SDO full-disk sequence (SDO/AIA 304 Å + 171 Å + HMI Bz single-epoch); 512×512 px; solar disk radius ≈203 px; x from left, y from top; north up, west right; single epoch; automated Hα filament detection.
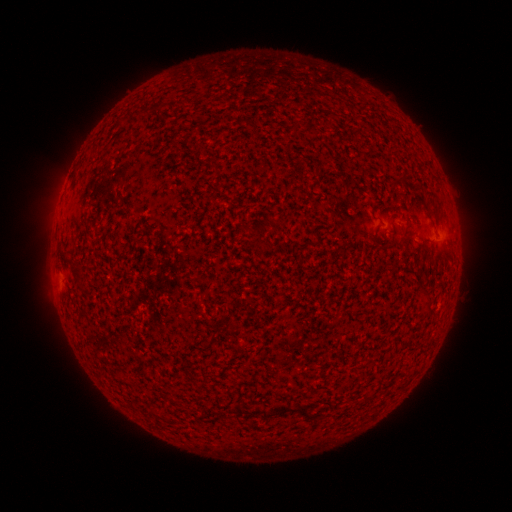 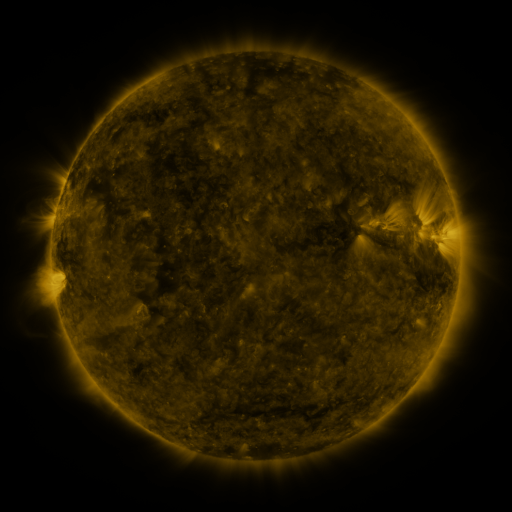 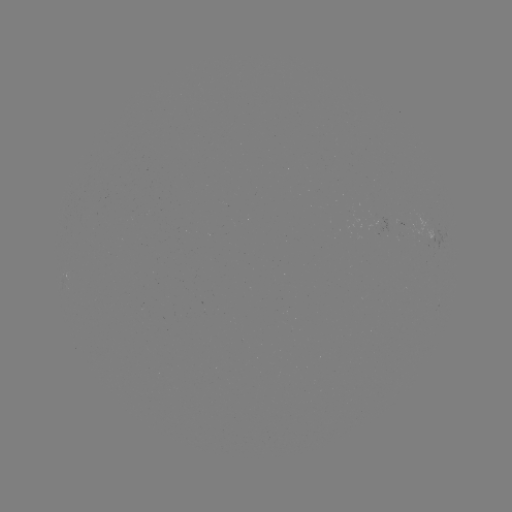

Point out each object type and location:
filament: (177, 104)
filament: (151, 109)
filament: (199, 147)
filament: (404, 233)
filament: (77, 275)
filament: (427, 302)
filament: (290, 410)
